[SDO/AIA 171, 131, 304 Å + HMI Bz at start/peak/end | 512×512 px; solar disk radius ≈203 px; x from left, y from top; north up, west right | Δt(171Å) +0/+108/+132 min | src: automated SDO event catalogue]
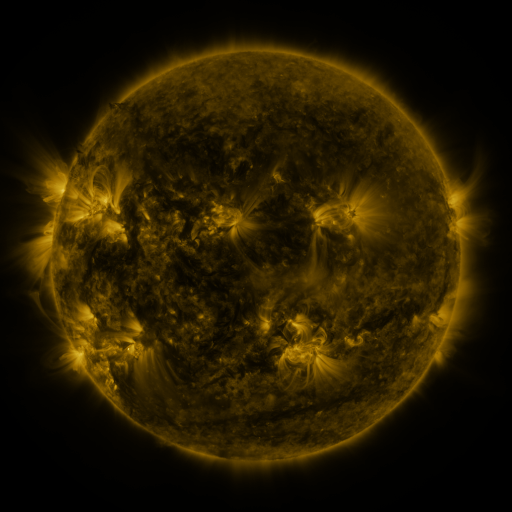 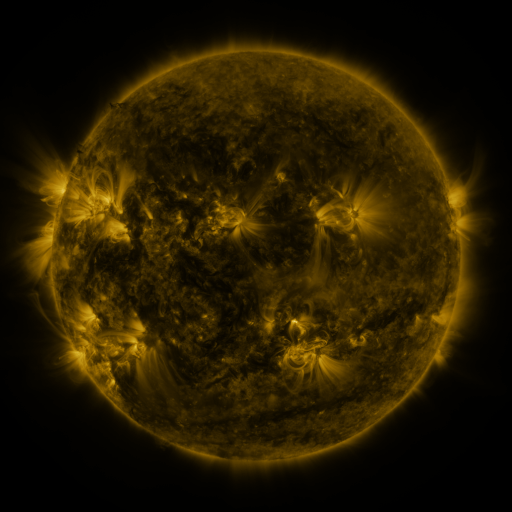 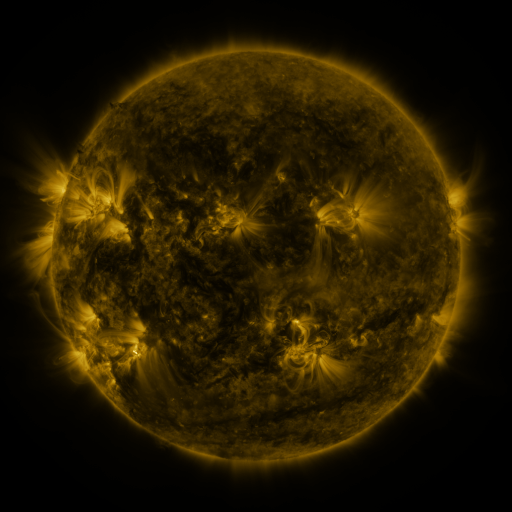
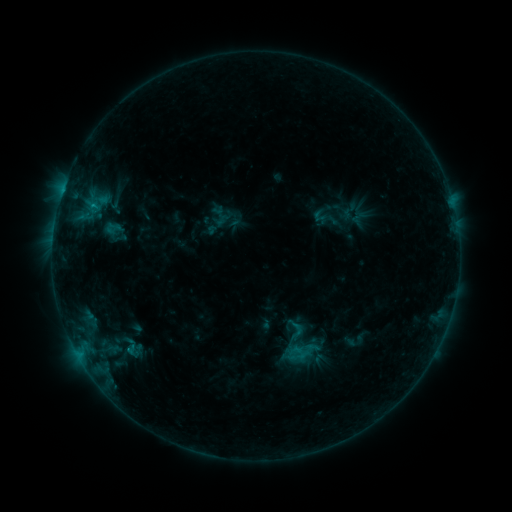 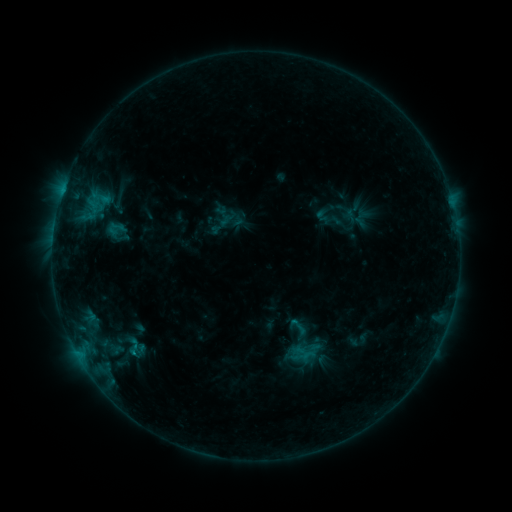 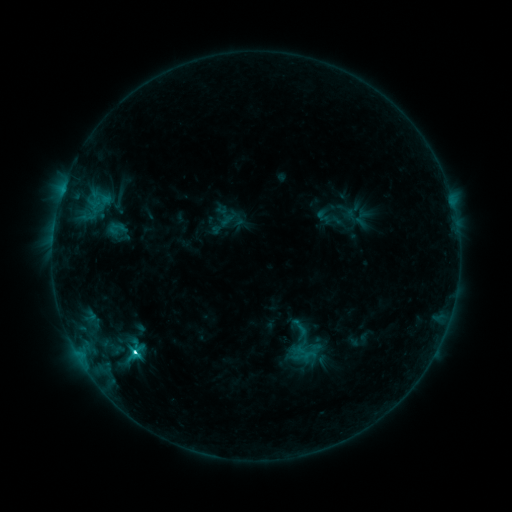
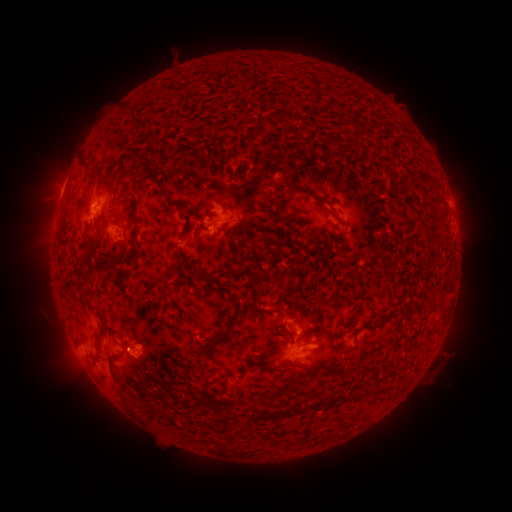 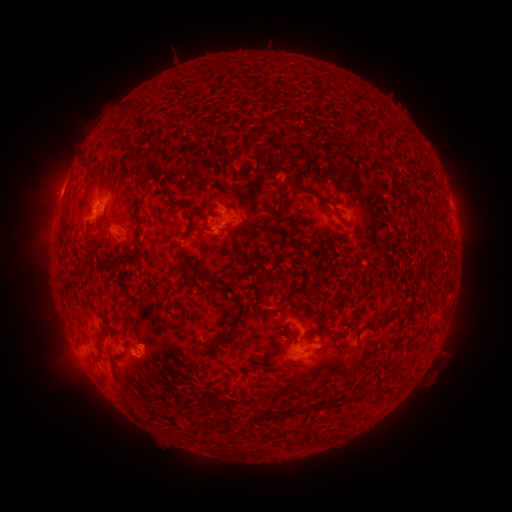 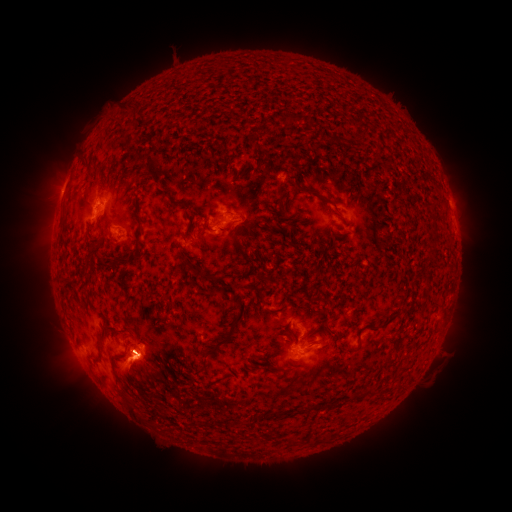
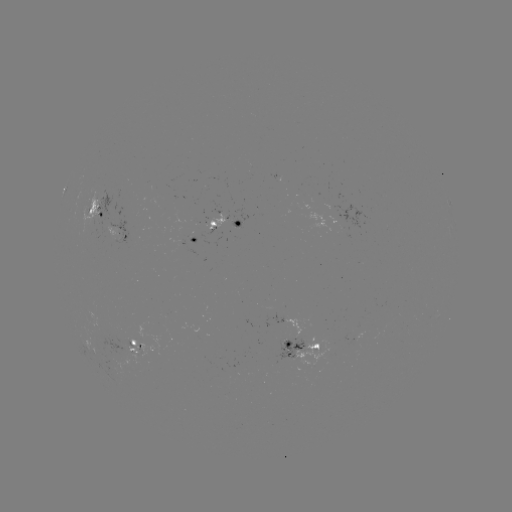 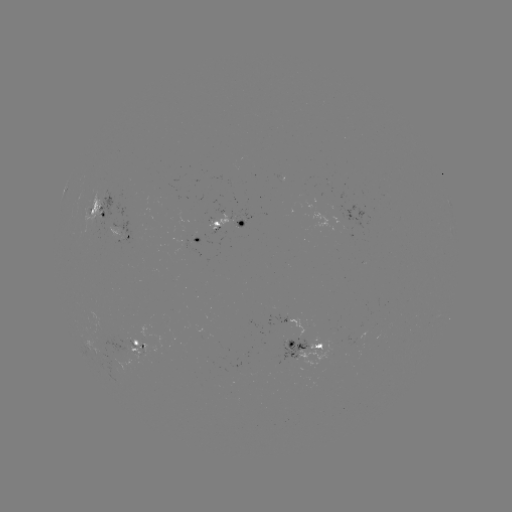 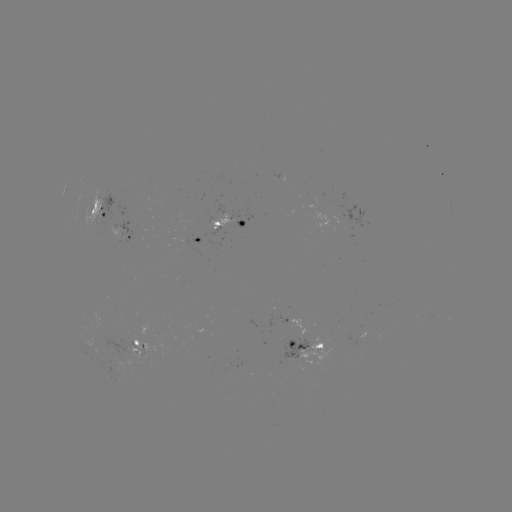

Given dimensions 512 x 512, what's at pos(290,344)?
emerging-flux region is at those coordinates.